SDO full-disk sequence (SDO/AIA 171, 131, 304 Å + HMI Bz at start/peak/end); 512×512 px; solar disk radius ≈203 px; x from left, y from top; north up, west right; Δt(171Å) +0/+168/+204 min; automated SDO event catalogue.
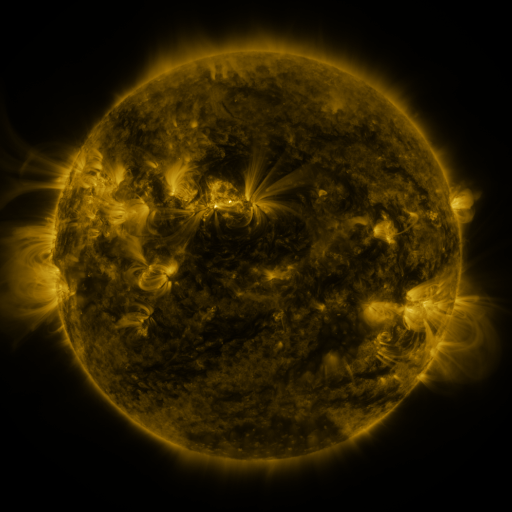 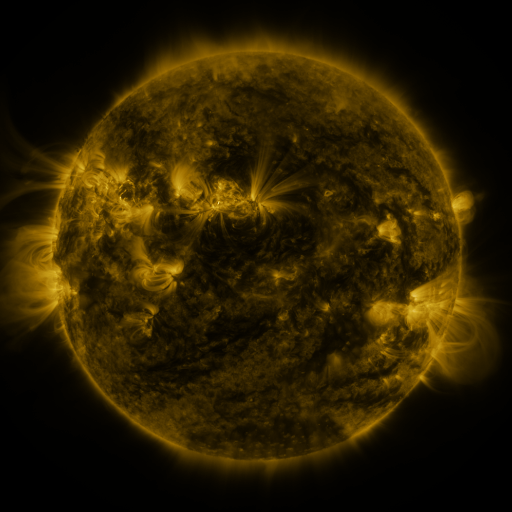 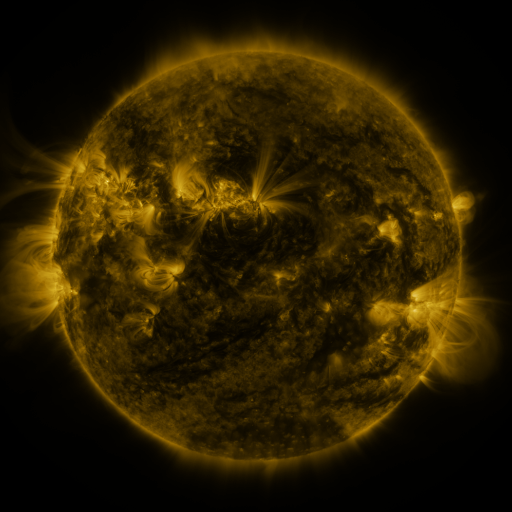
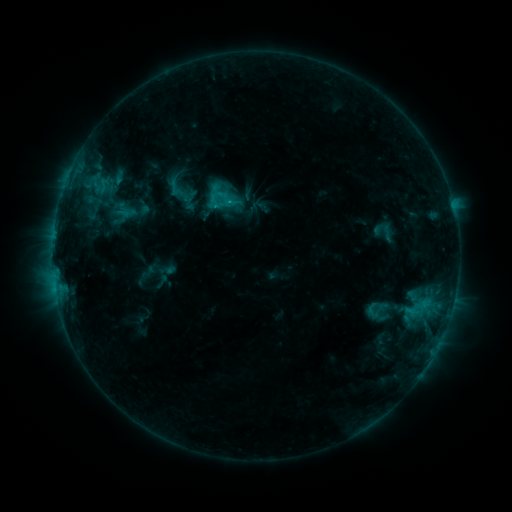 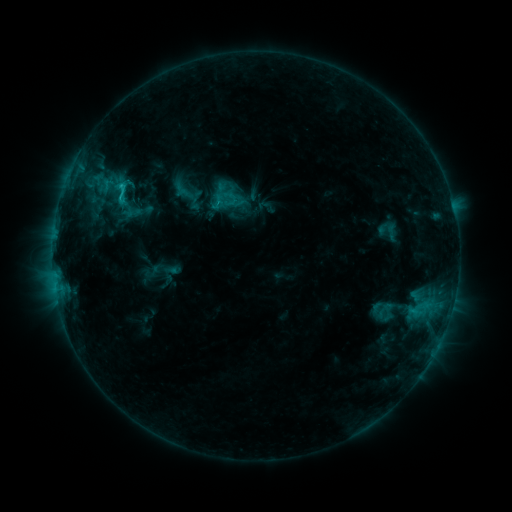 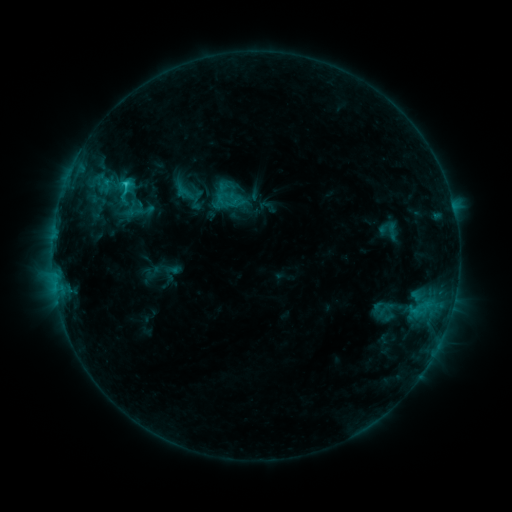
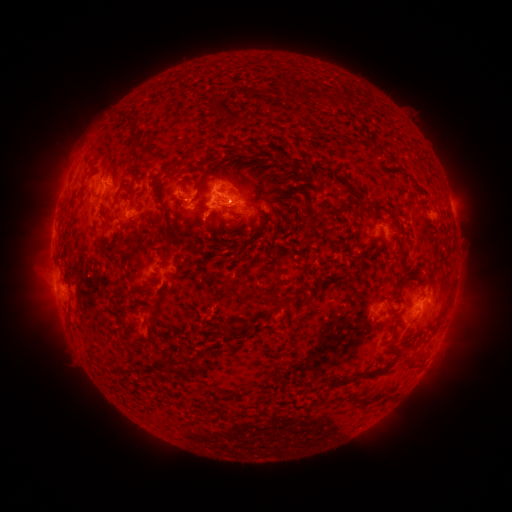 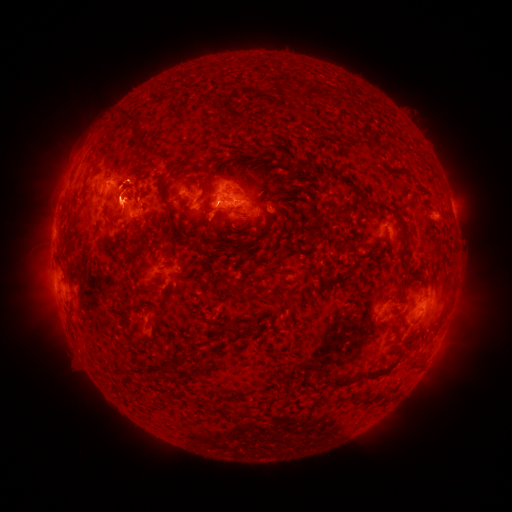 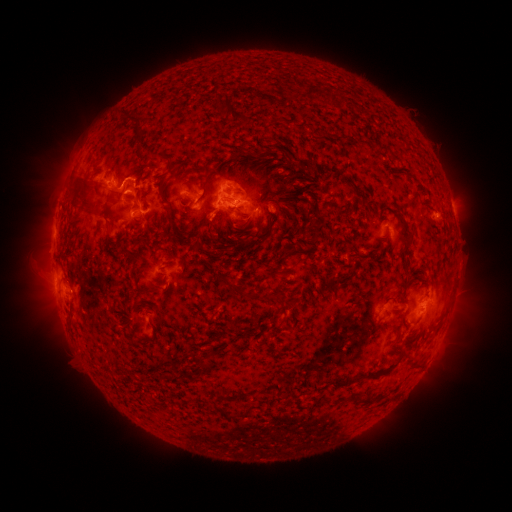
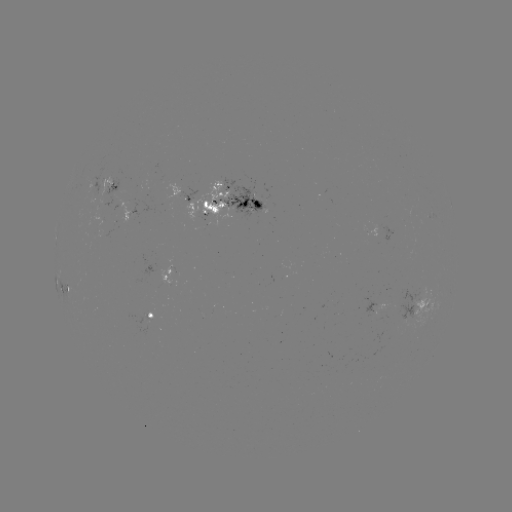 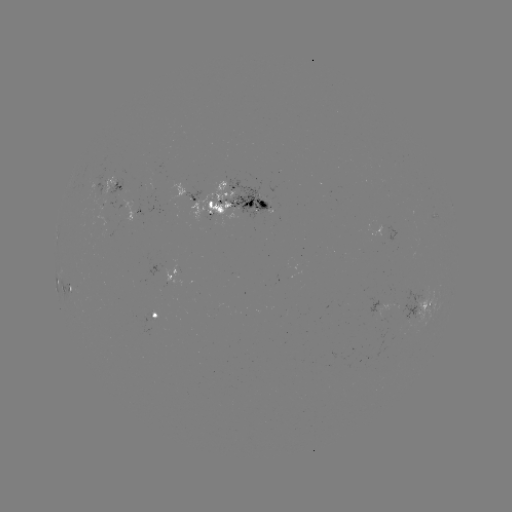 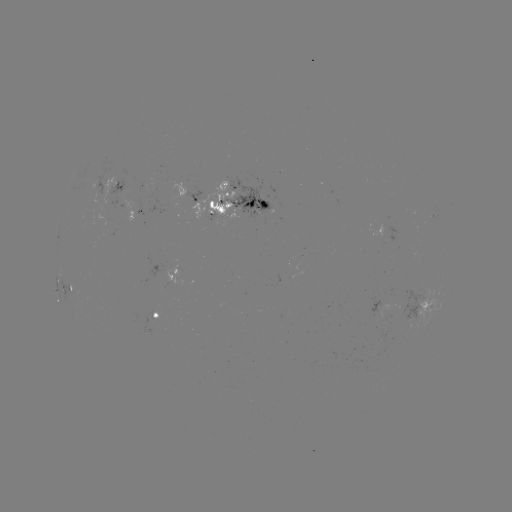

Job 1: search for emerging-flux region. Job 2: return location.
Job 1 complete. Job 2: [156, 196].